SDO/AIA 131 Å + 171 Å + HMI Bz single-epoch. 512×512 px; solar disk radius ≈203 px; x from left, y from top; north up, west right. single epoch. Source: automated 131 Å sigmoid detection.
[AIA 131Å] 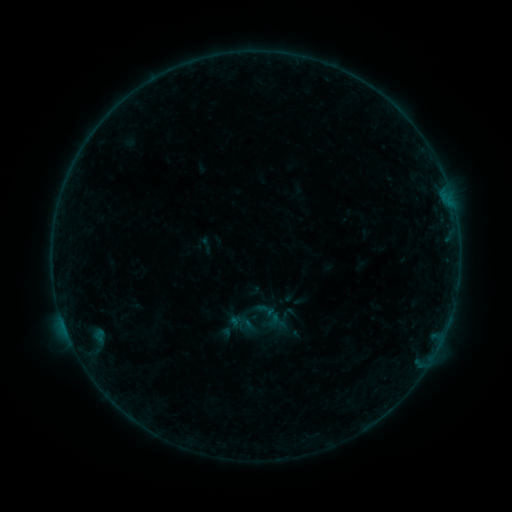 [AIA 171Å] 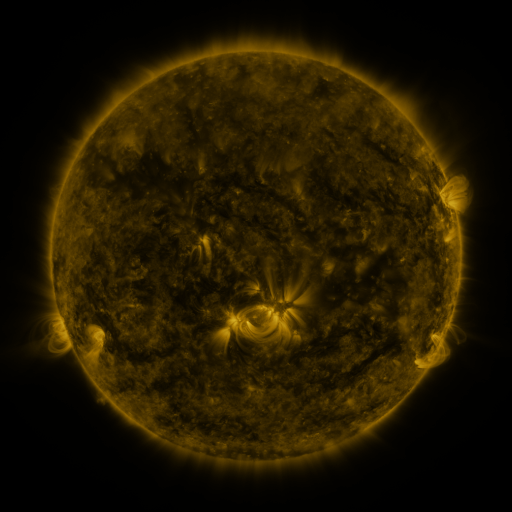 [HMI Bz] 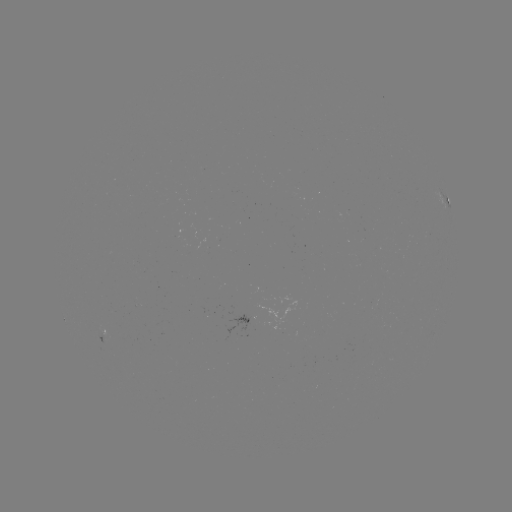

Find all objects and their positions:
sigmoid: (266, 310)
sigmoid: (248, 325)
